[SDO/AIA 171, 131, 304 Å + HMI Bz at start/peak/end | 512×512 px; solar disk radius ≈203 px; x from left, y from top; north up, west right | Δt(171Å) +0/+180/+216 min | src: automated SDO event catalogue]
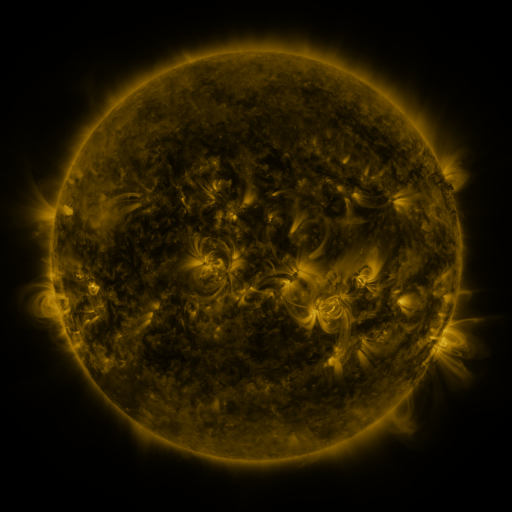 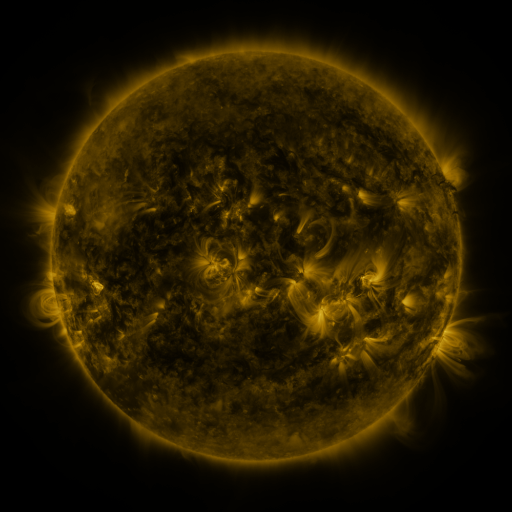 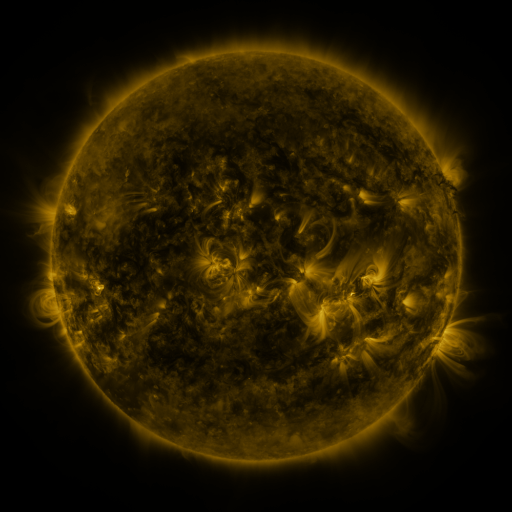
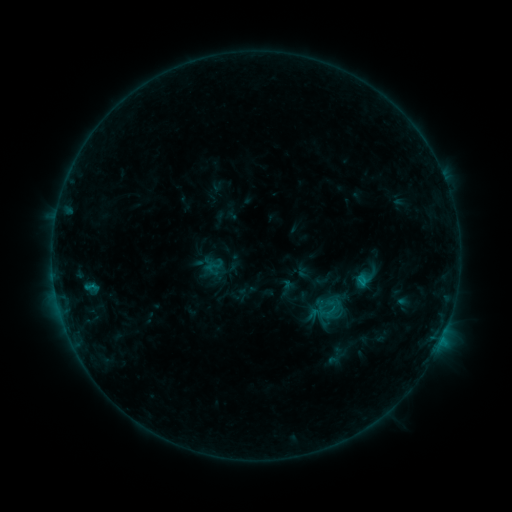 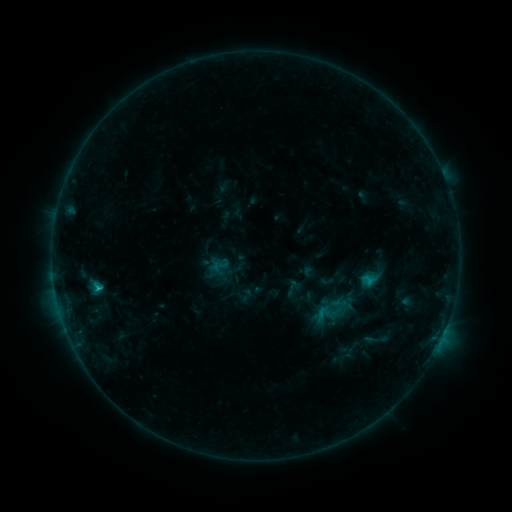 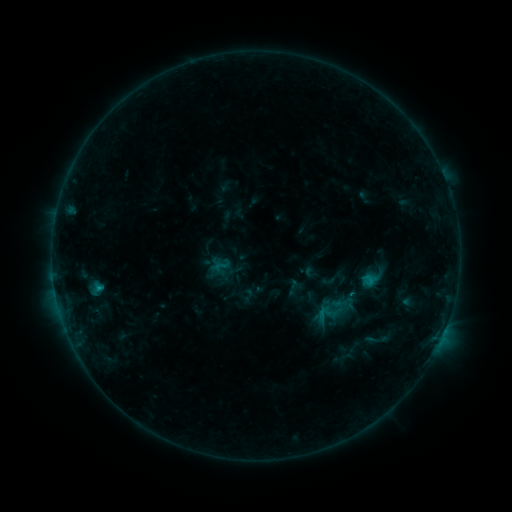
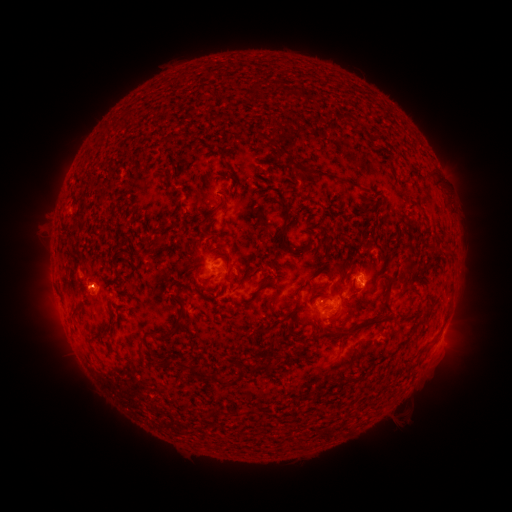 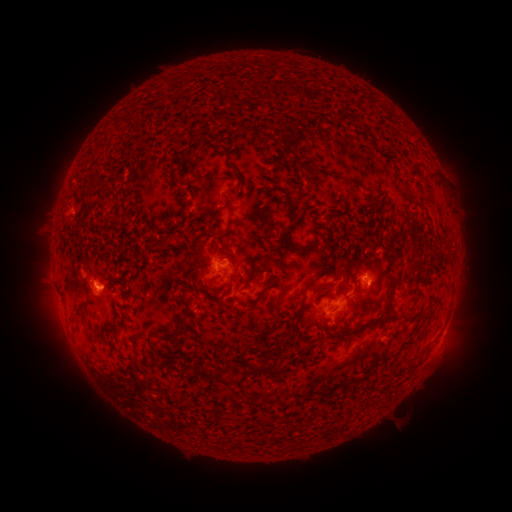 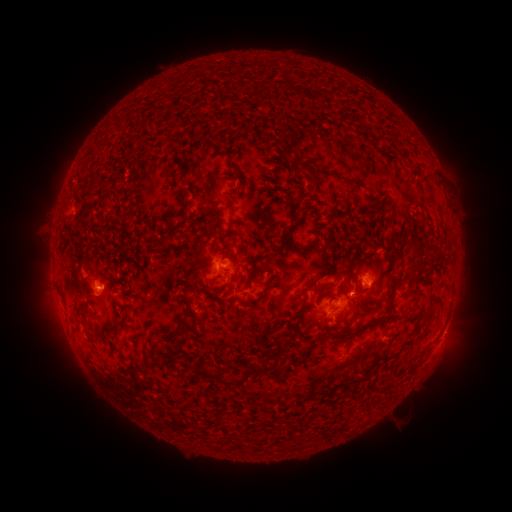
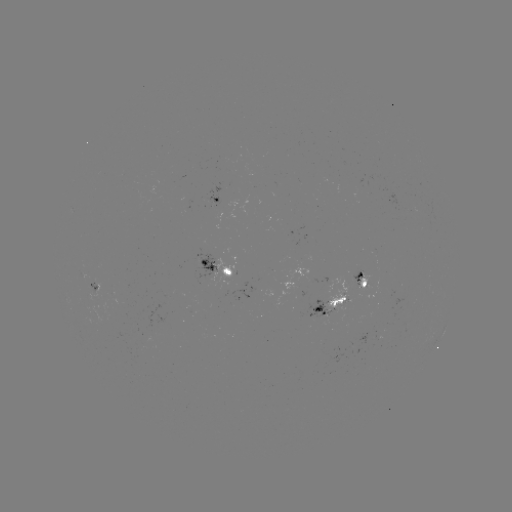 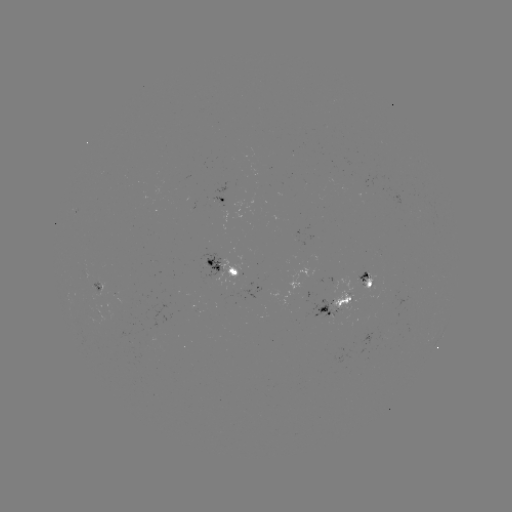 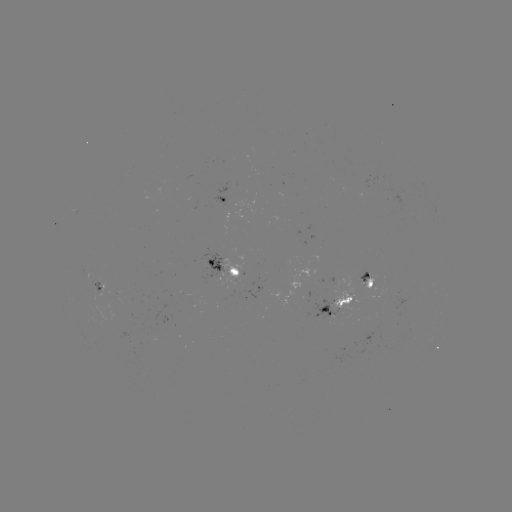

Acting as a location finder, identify emerging-flux region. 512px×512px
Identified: [94, 287].